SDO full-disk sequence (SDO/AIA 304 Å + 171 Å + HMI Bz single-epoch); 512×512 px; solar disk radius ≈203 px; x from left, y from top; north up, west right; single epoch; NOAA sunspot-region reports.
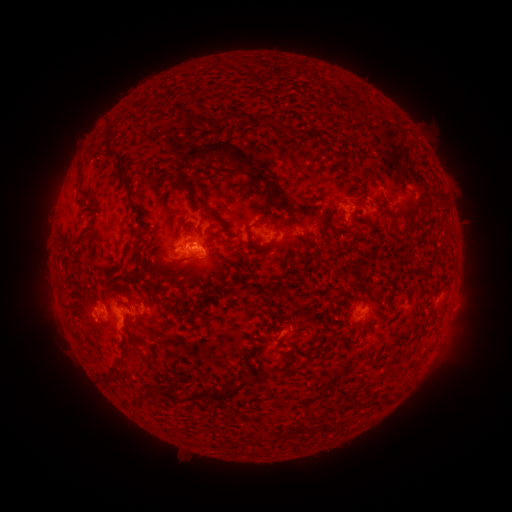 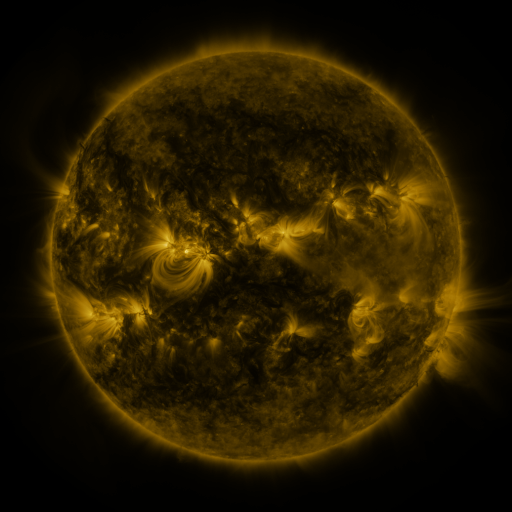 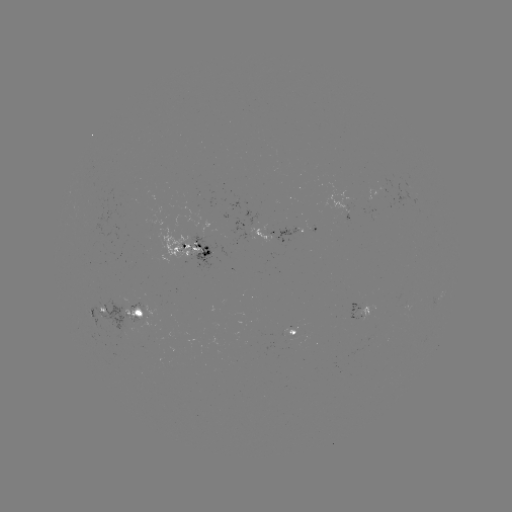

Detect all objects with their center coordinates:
spotted active region: (311, 231)
spotted active region: (273, 232)
spotted active region: (189, 252)
spotted active region: (441, 294)
spotted active region: (362, 310)
spotted active region: (99, 312)
spotted active region: (133, 316)
spotted active region: (293, 333)
